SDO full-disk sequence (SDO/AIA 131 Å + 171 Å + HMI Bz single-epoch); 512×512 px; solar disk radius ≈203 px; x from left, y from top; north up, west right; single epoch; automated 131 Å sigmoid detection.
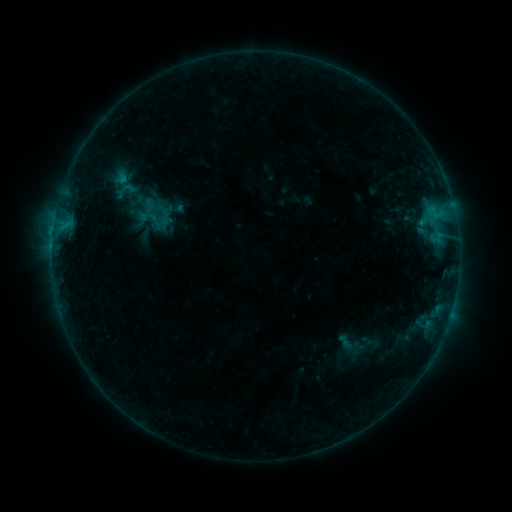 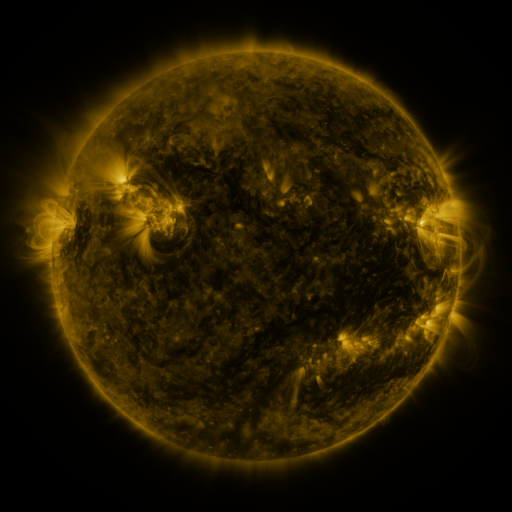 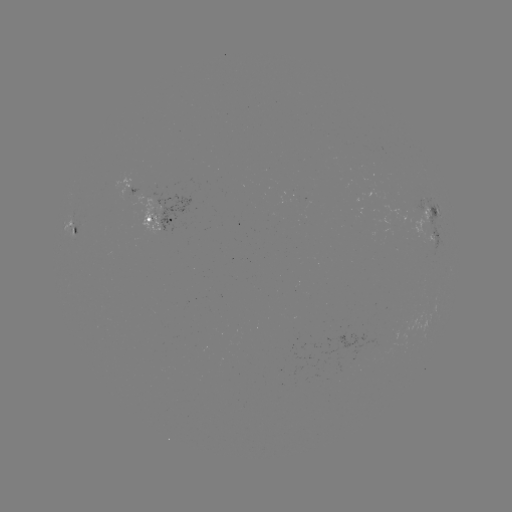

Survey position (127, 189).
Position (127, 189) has sigmoid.